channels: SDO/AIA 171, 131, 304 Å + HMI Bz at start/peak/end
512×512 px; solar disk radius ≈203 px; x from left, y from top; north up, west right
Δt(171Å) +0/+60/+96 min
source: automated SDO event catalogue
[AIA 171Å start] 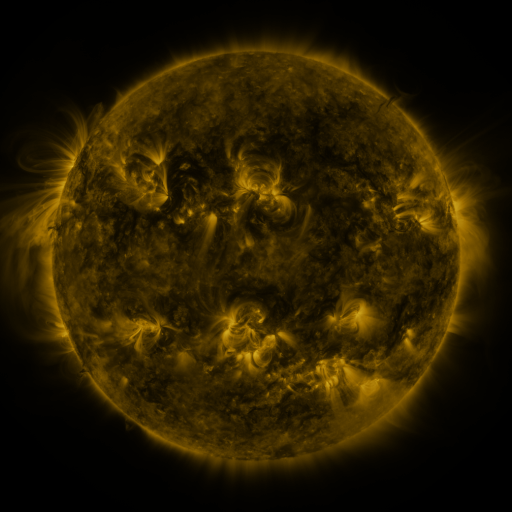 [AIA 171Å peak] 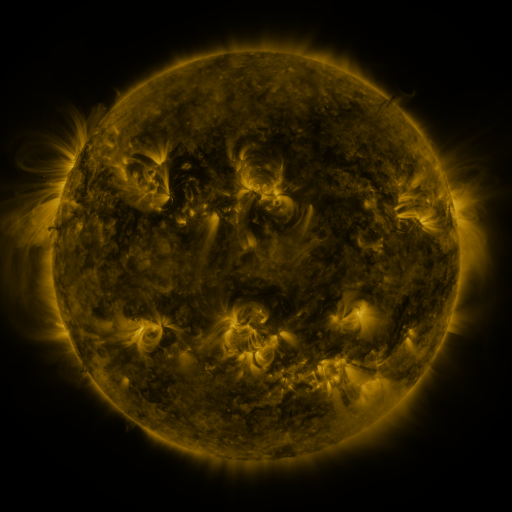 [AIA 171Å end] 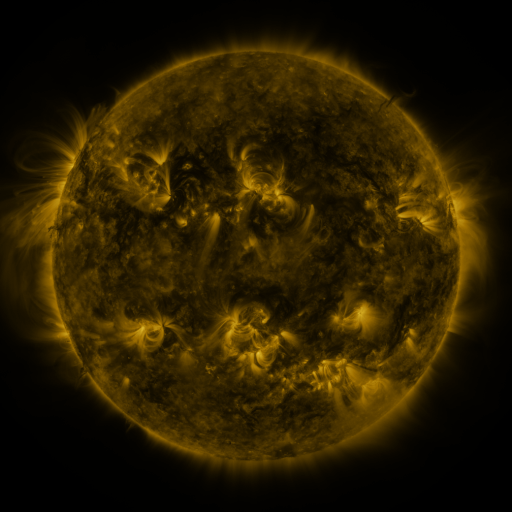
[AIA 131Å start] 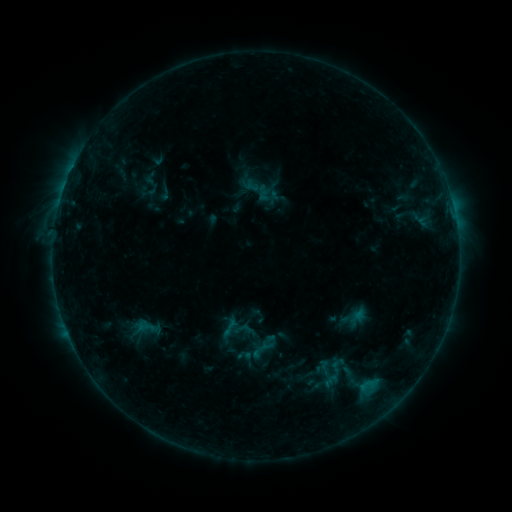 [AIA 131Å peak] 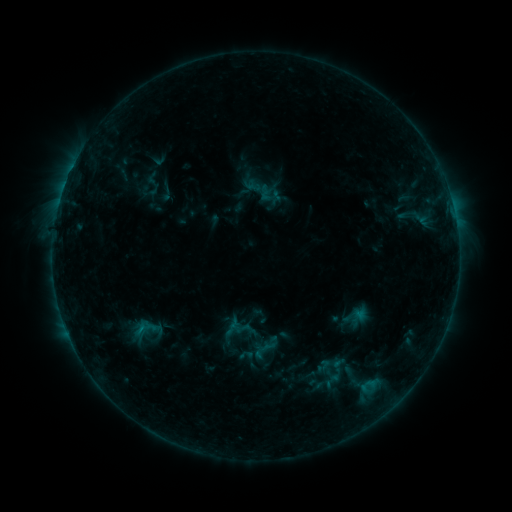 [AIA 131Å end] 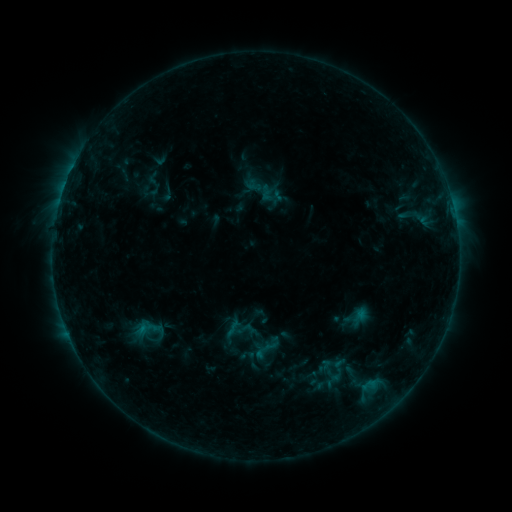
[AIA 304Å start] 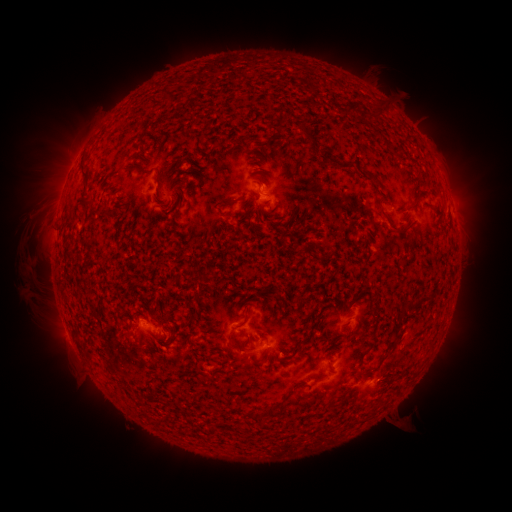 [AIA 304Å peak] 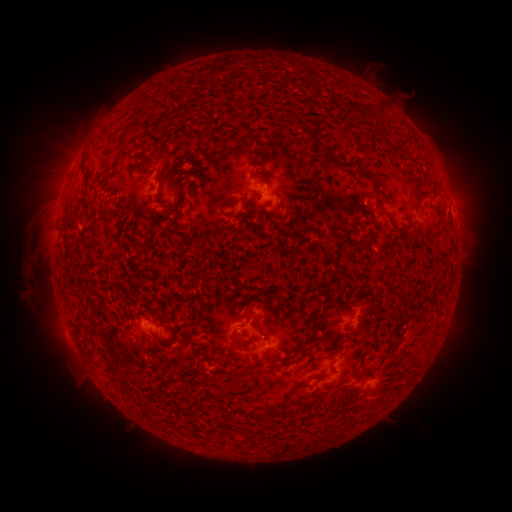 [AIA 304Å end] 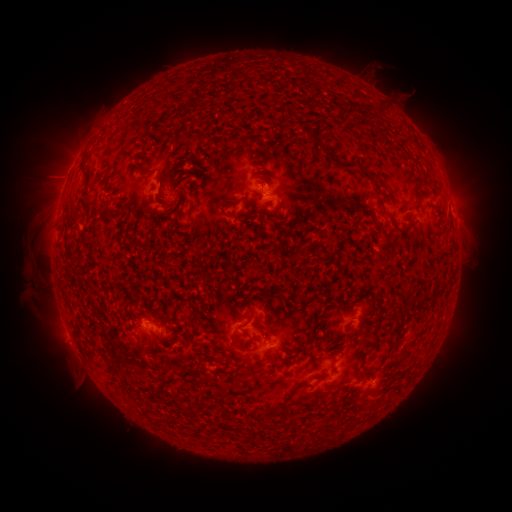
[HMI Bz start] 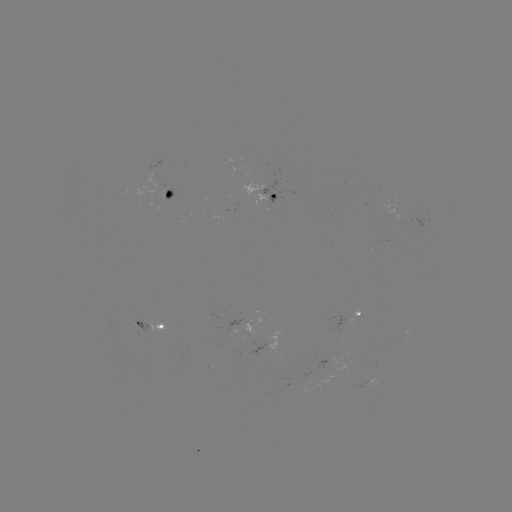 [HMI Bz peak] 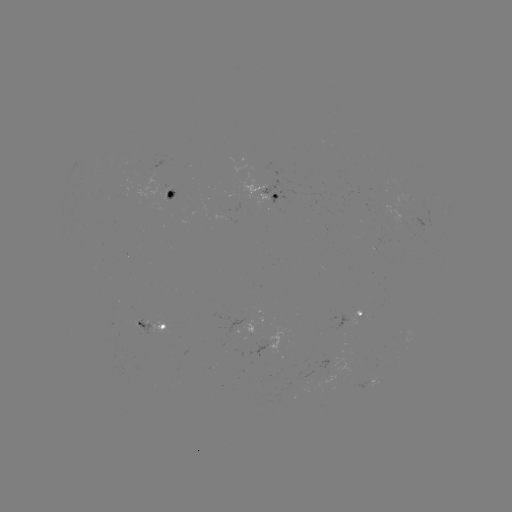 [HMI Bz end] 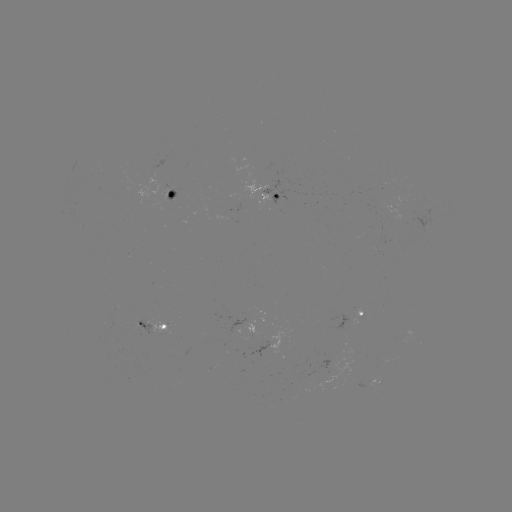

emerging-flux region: <bbox>159, 187, 171, 203</bbox>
